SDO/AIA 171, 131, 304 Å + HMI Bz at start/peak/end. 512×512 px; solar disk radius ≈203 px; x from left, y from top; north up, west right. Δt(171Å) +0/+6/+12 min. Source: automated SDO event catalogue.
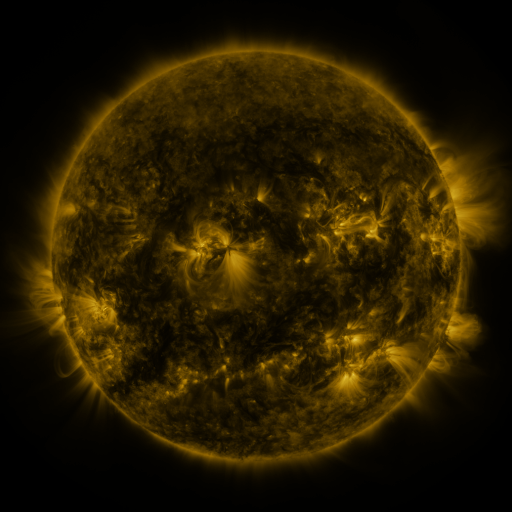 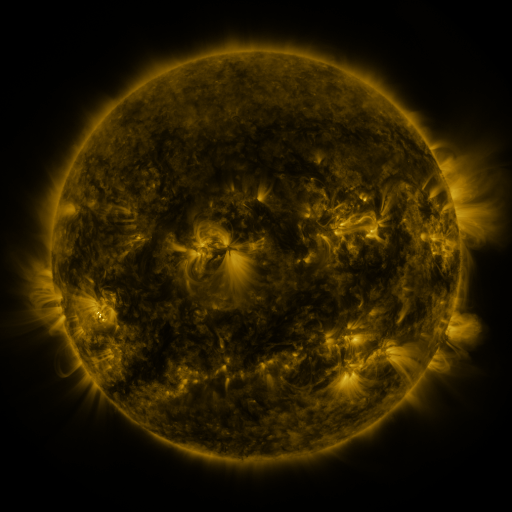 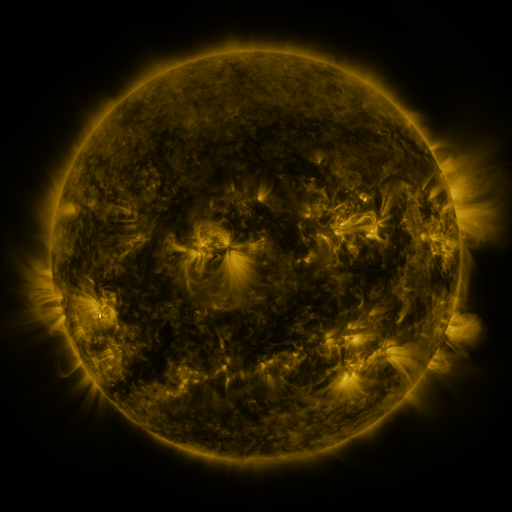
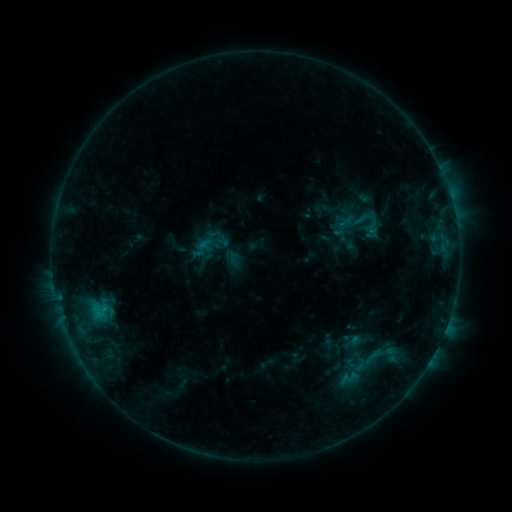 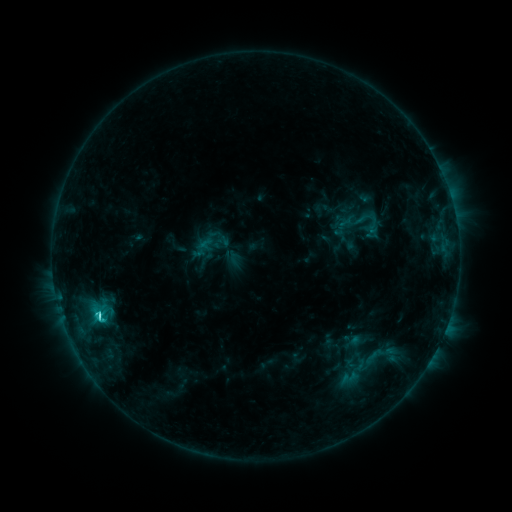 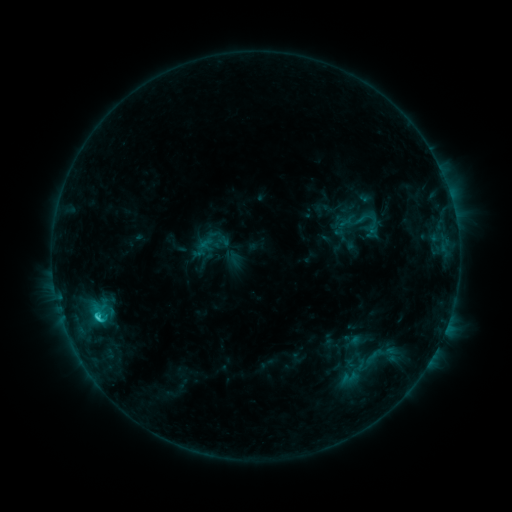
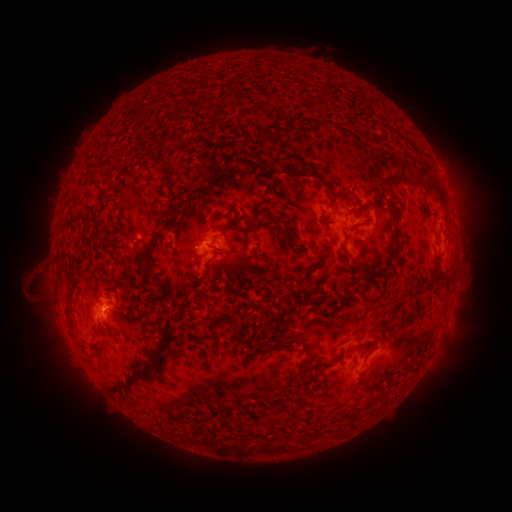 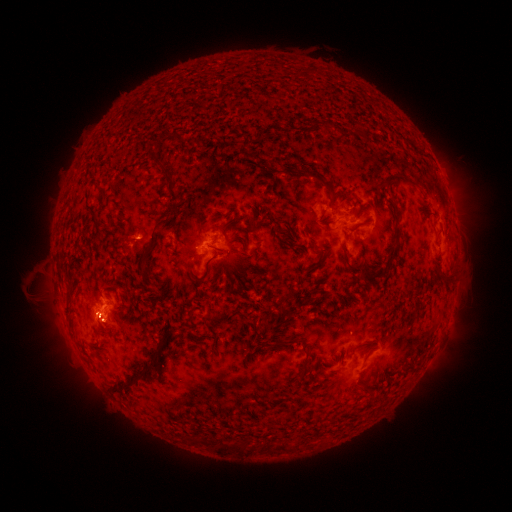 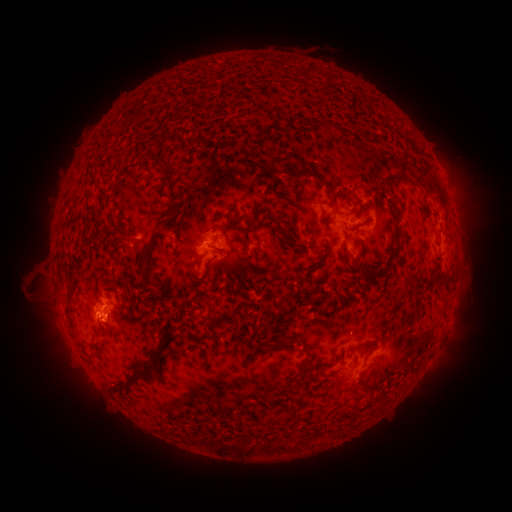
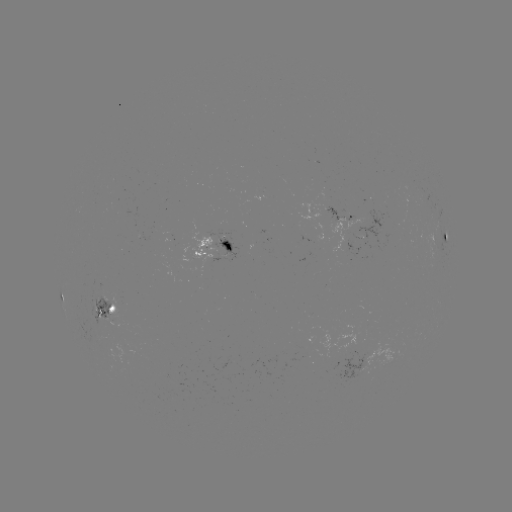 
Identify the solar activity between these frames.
C2.8 flare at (100, 315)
